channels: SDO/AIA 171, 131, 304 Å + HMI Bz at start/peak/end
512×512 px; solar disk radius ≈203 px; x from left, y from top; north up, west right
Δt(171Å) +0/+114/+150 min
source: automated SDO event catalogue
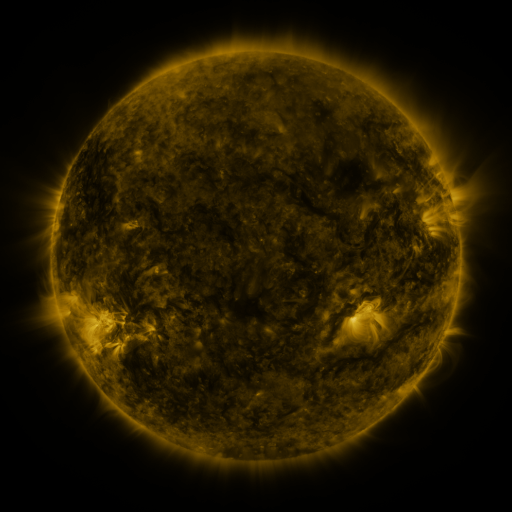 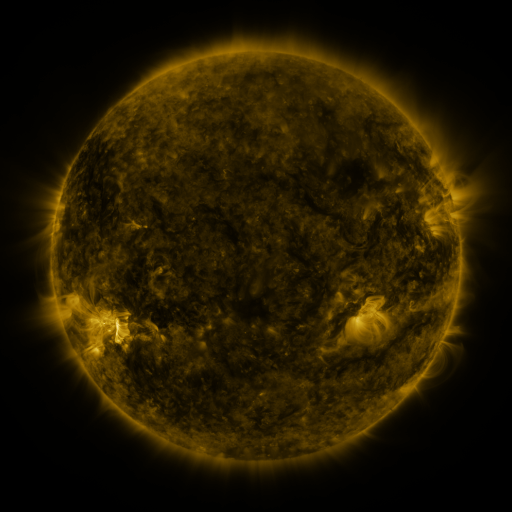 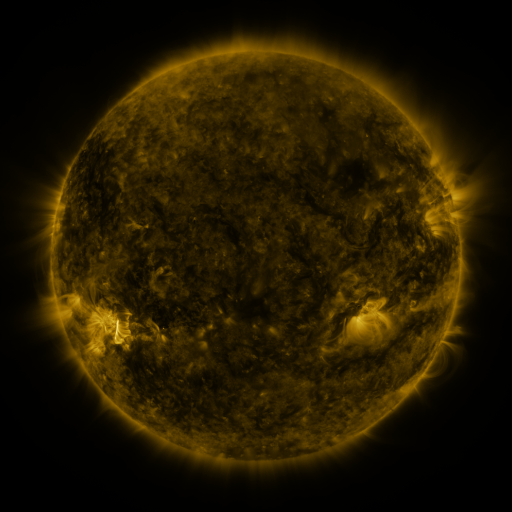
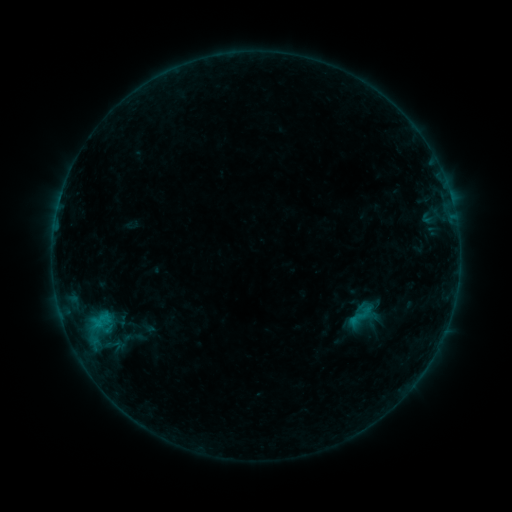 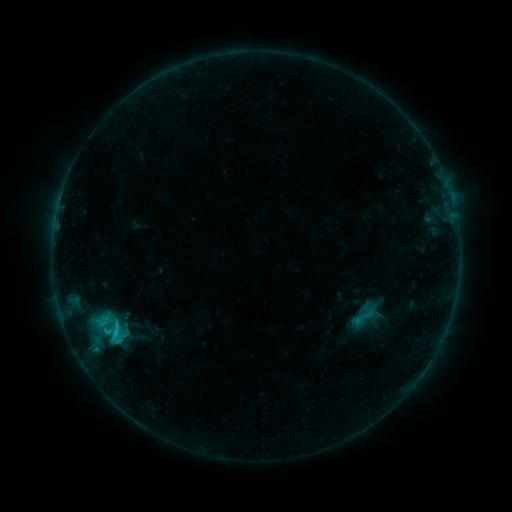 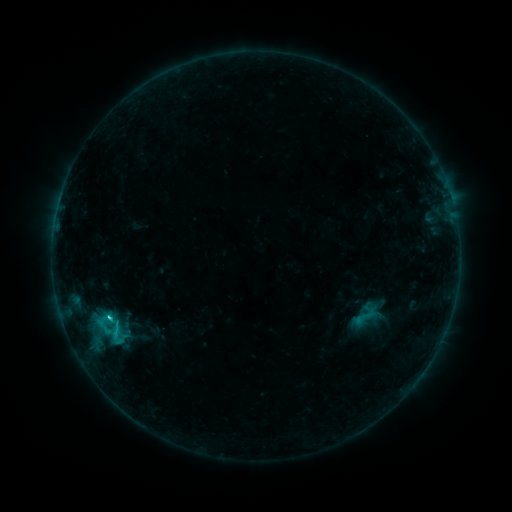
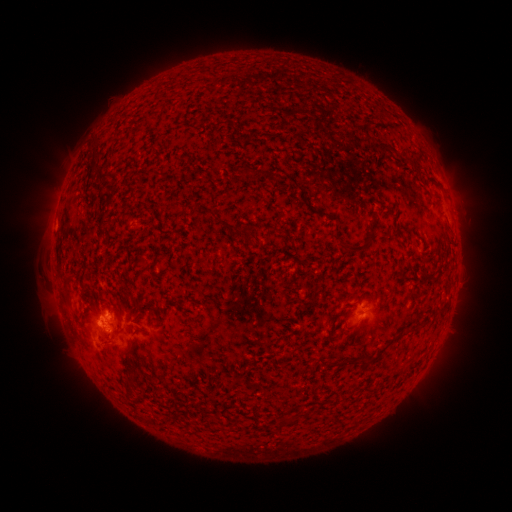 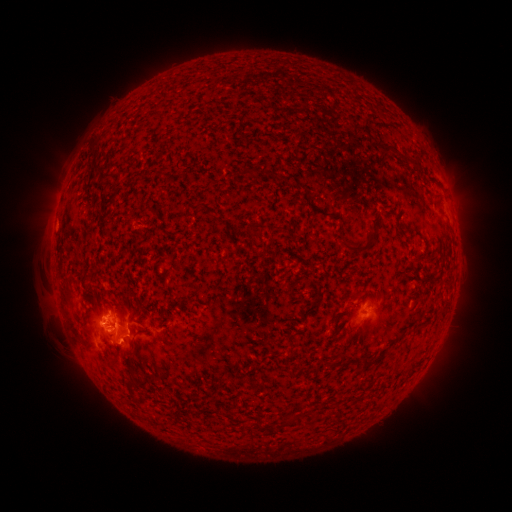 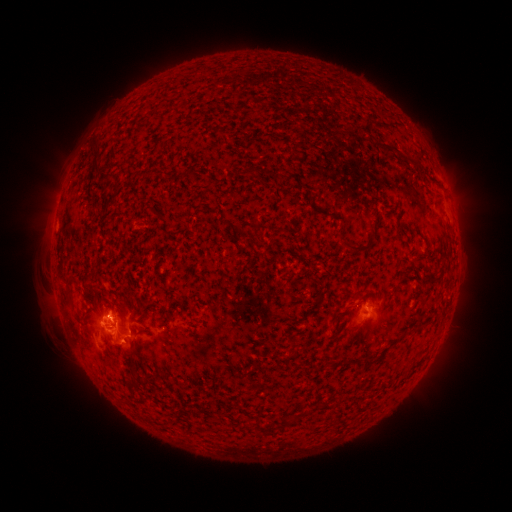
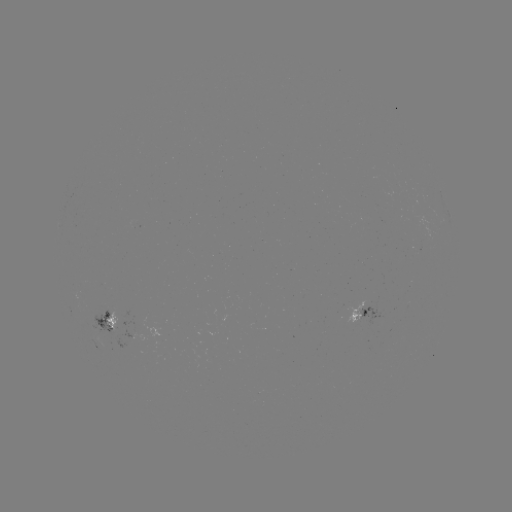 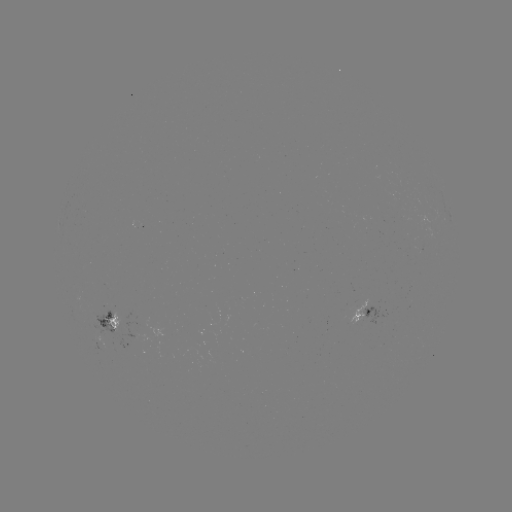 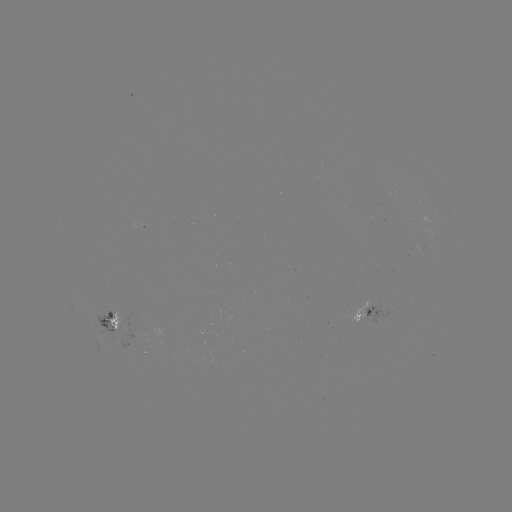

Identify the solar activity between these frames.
emerging-flux region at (352, 318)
